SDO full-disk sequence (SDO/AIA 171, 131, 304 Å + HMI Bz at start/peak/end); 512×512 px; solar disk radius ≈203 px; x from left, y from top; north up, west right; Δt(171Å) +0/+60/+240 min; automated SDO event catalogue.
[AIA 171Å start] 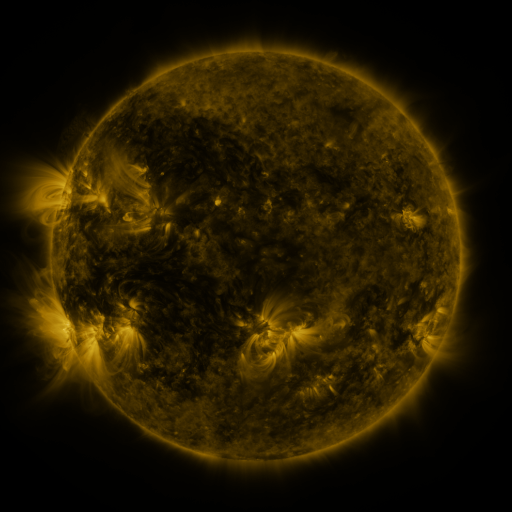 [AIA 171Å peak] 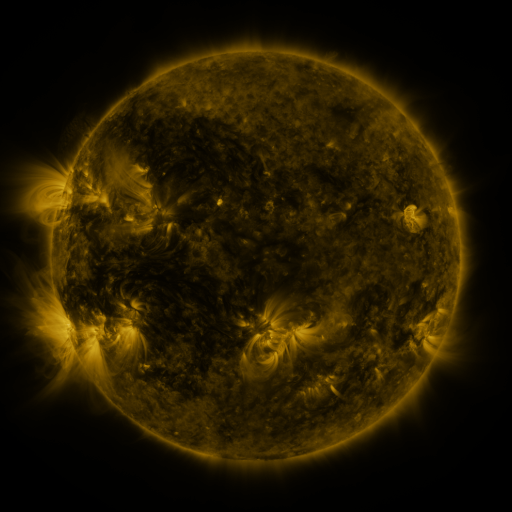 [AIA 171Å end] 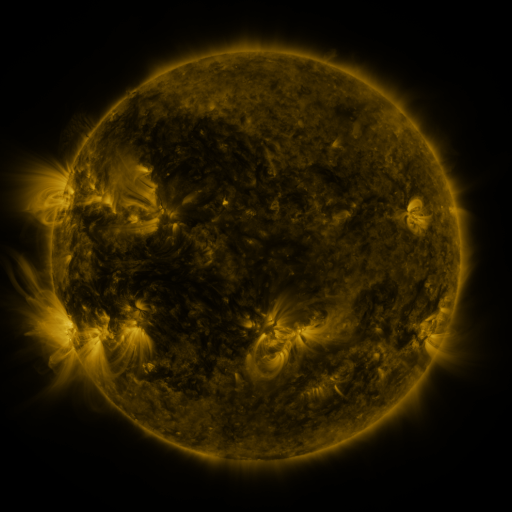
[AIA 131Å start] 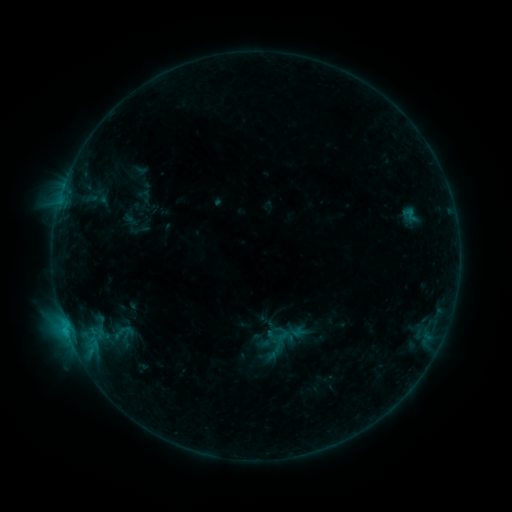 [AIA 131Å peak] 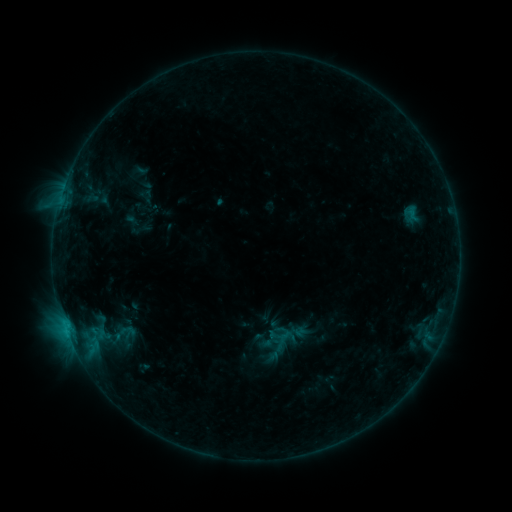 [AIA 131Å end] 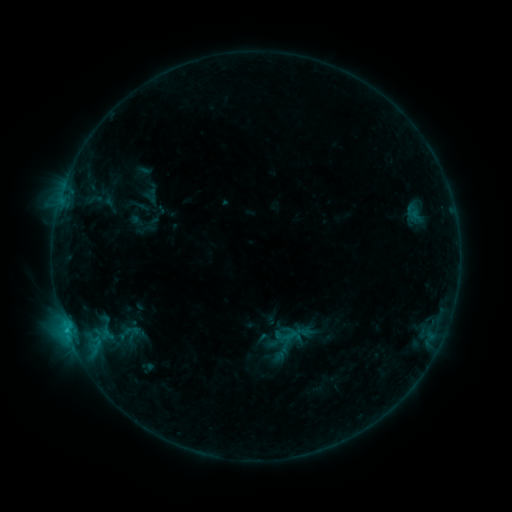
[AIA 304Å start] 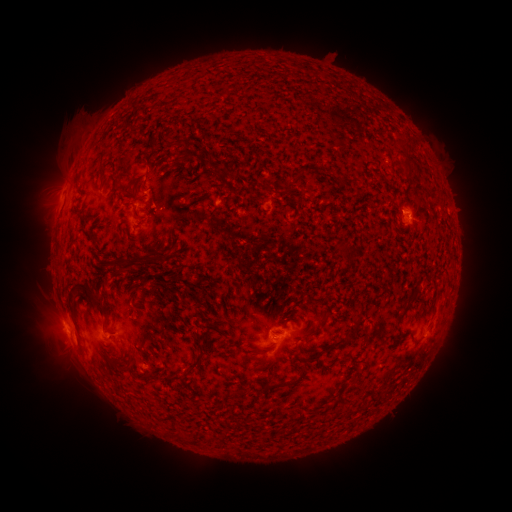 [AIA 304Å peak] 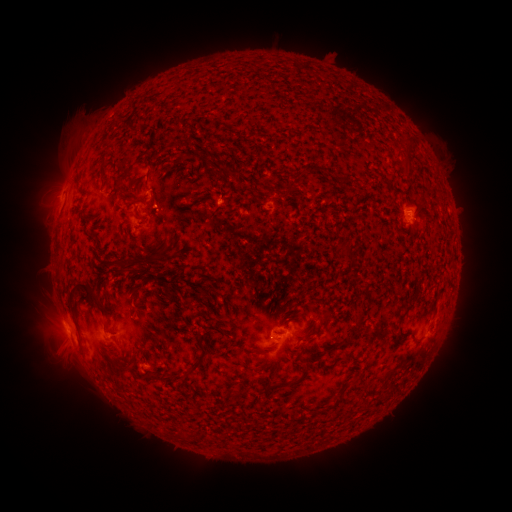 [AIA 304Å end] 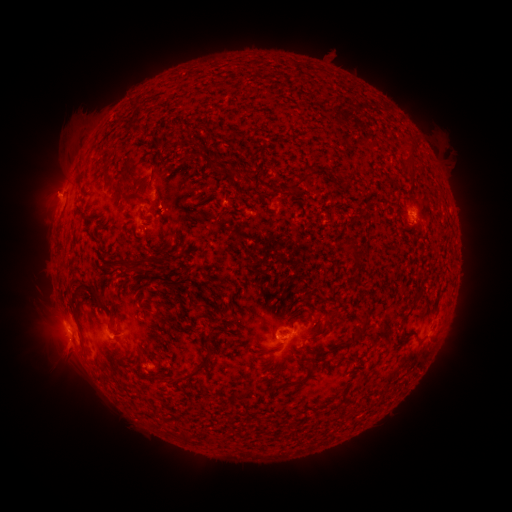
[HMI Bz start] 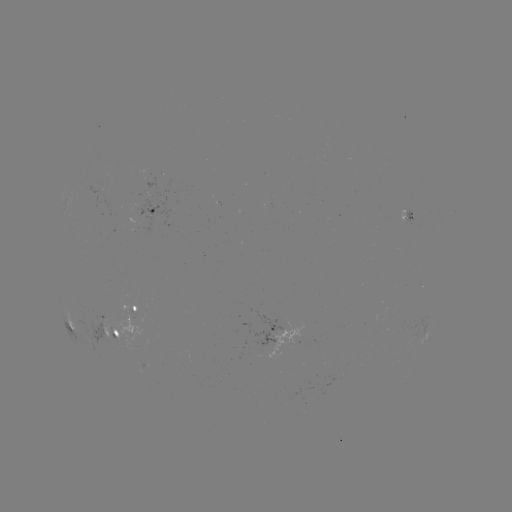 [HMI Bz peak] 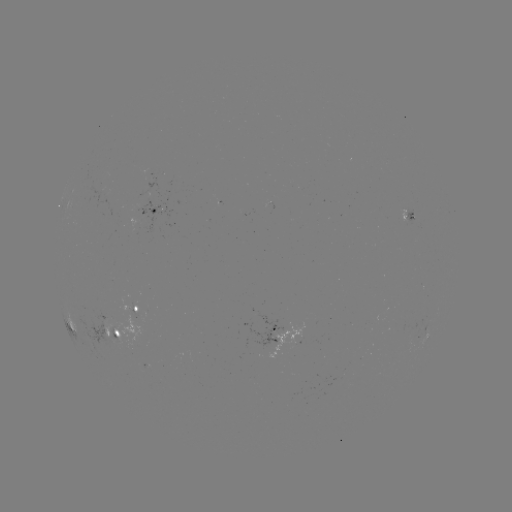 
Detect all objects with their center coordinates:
emerging-flux region: (405, 219)
